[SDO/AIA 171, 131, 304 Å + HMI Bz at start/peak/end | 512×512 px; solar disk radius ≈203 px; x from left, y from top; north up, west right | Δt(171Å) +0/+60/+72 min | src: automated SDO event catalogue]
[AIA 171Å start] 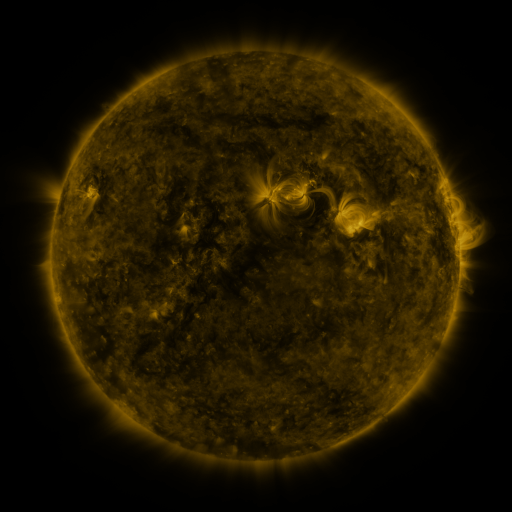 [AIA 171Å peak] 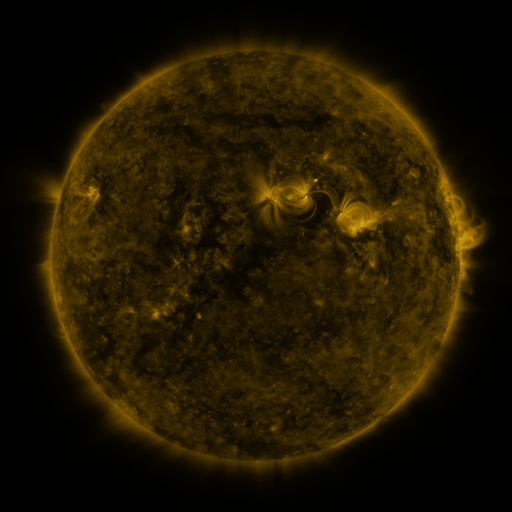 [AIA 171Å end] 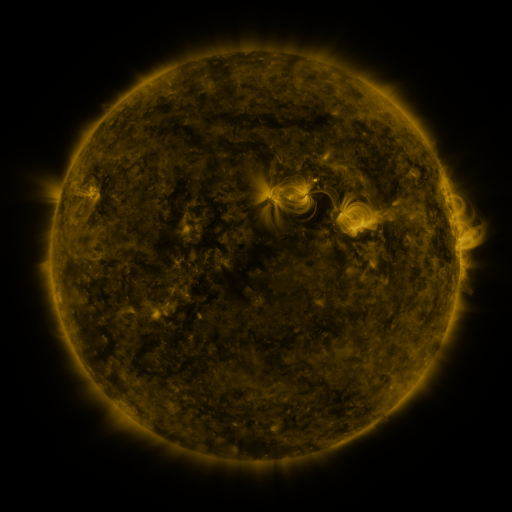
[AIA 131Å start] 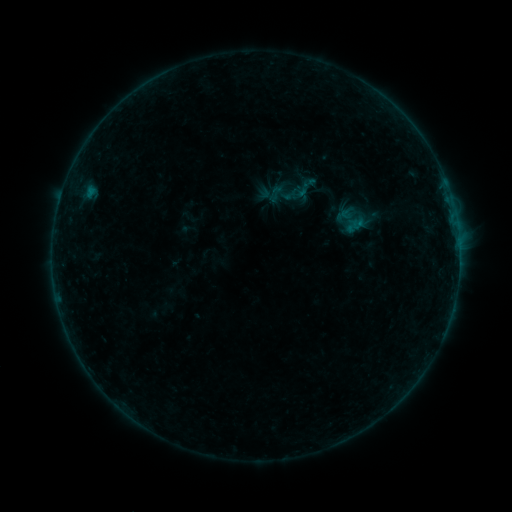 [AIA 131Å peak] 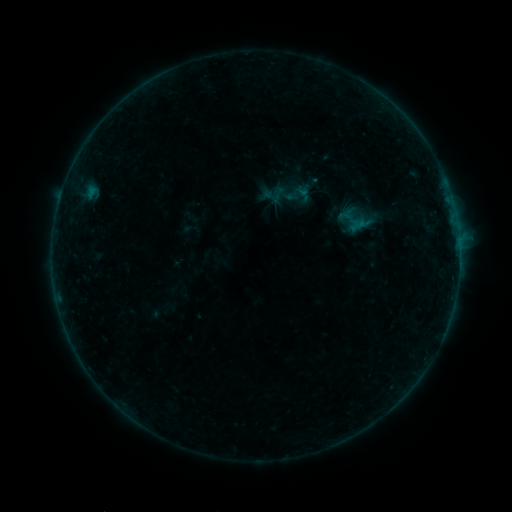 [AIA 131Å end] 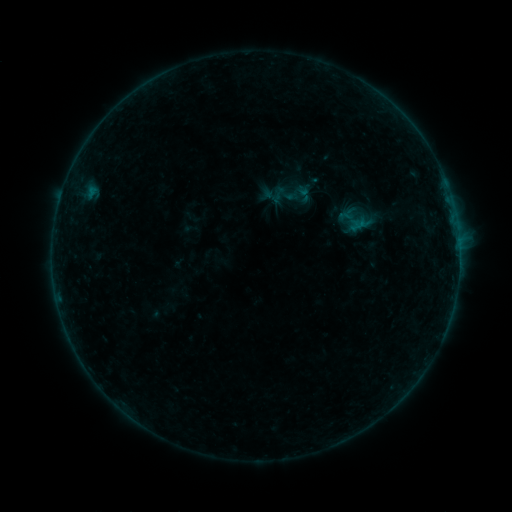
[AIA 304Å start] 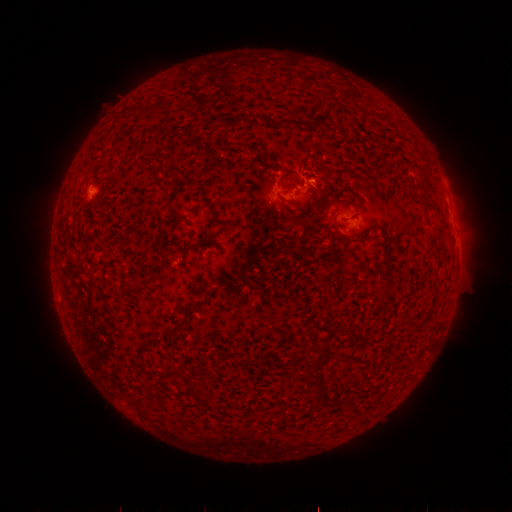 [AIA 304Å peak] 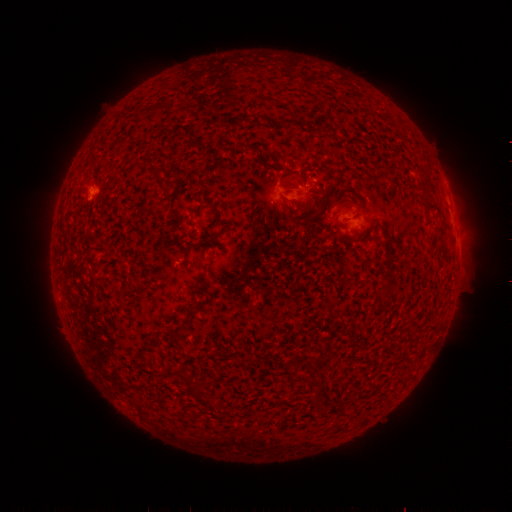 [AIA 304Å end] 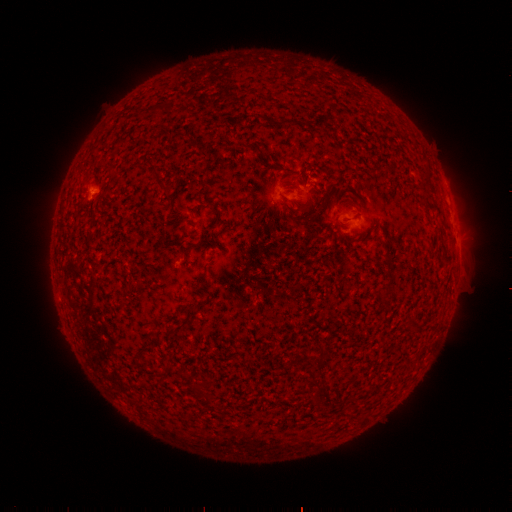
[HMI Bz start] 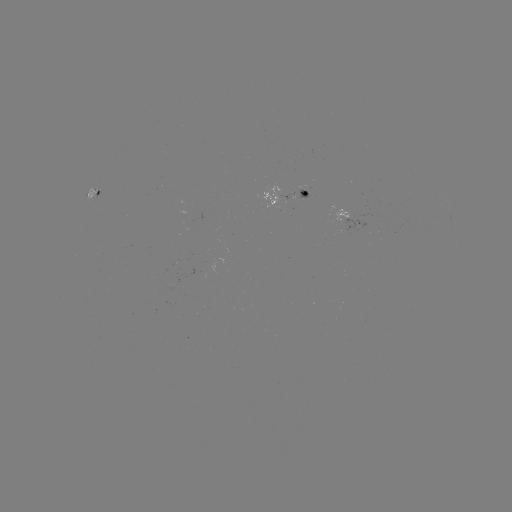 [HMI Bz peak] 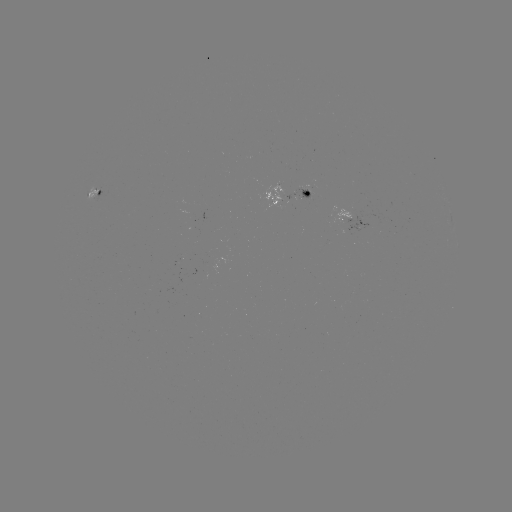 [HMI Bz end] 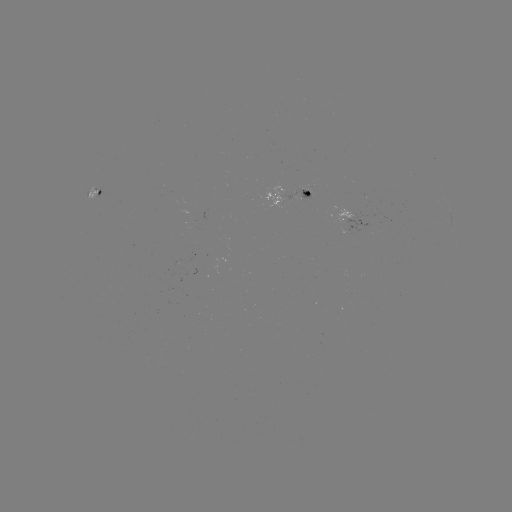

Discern emerging-flux region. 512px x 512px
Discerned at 302,191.